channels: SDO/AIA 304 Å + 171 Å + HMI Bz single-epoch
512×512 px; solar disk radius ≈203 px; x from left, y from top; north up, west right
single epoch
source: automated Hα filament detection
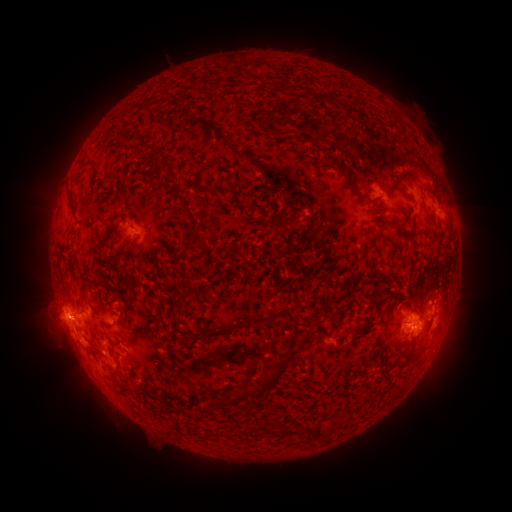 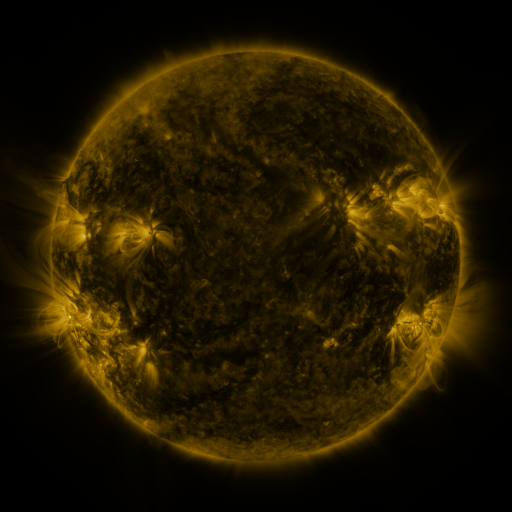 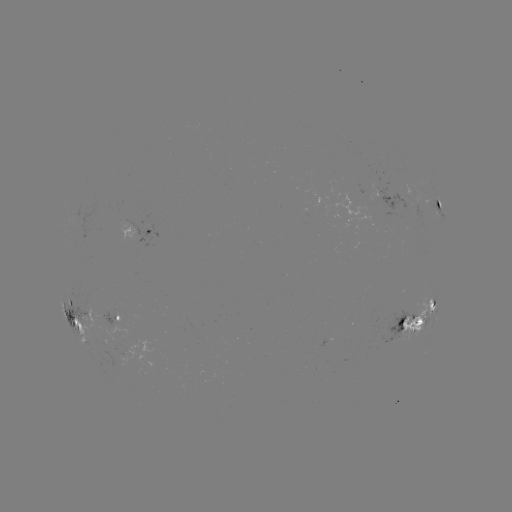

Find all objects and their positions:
filament: (168, 163, 178, 171)
filament: (336, 165, 350, 178)
filament: (212, 187, 222, 194)
filament: (67, 191, 75, 210)
filament: (434, 199, 442, 210)
filament: (181, 200, 196, 222)
filament: (370, 288, 384, 305)
filament: (75, 300, 84, 310)
filament: (410, 303, 422, 319)
filament: (206, 315, 269, 337)
filament: (231, 355, 289, 405)
filament: (112, 362, 119, 375)
filament: (112, 382, 129, 395)
filament: (256, 420, 272, 435)
filament: (310, 424, 320, 438)
filament: (278, 428, 293, 436)
